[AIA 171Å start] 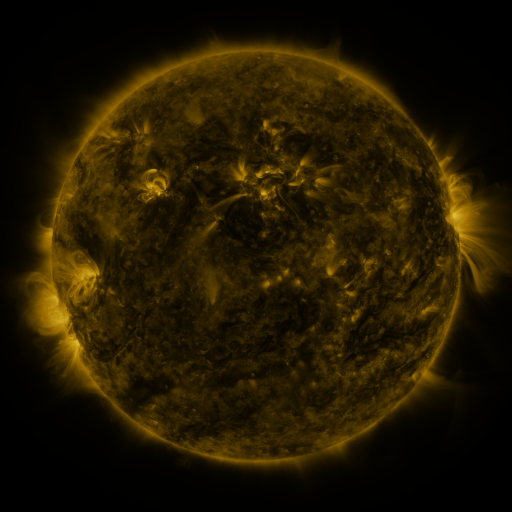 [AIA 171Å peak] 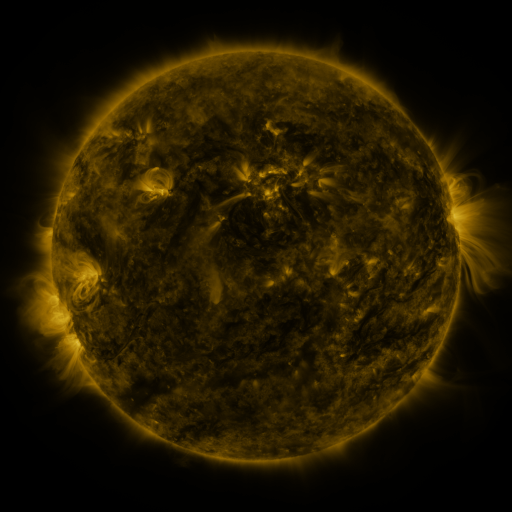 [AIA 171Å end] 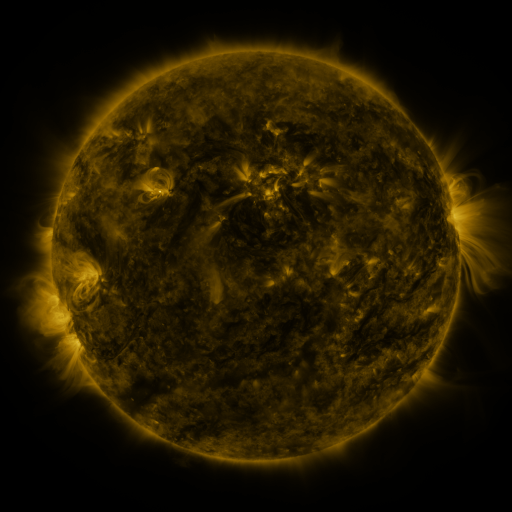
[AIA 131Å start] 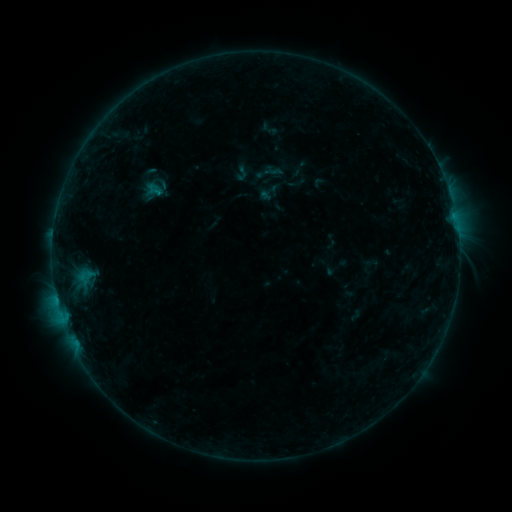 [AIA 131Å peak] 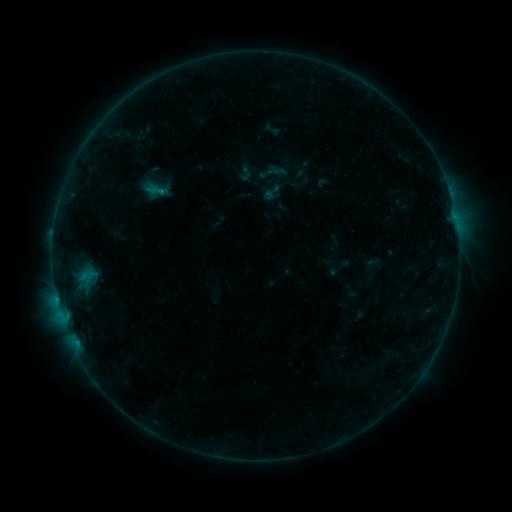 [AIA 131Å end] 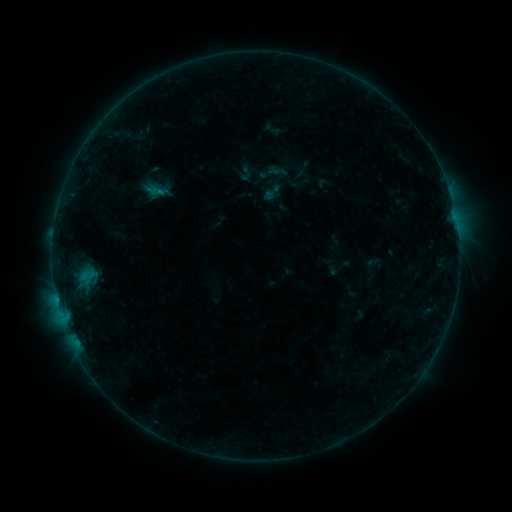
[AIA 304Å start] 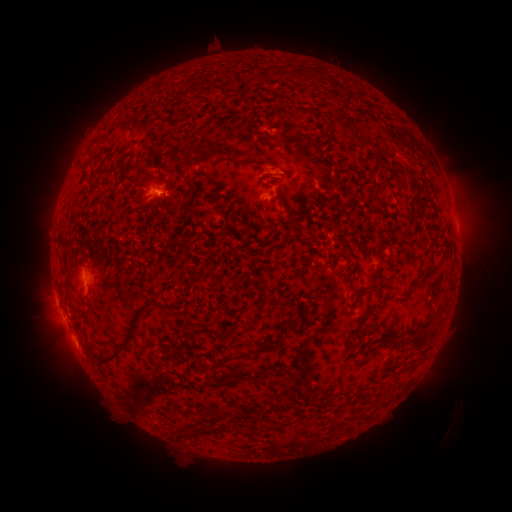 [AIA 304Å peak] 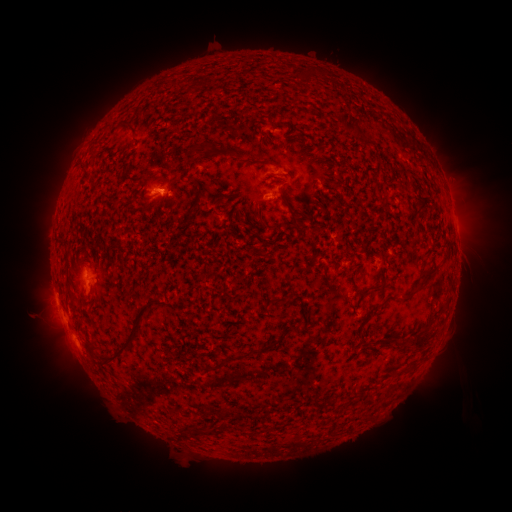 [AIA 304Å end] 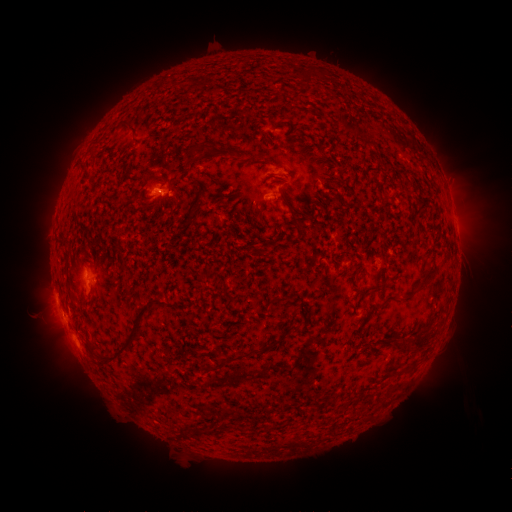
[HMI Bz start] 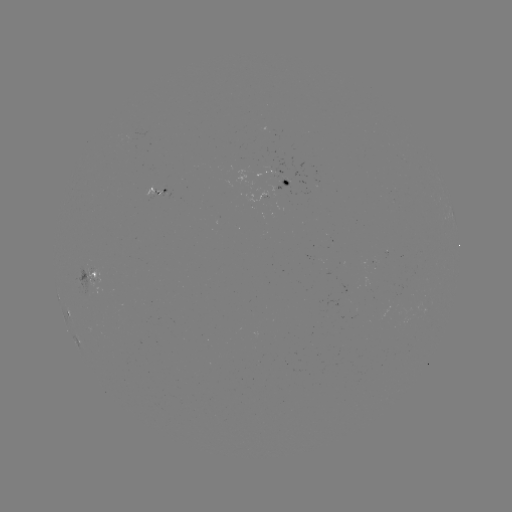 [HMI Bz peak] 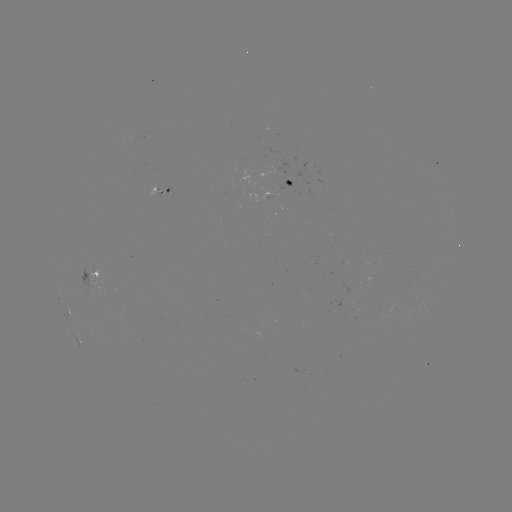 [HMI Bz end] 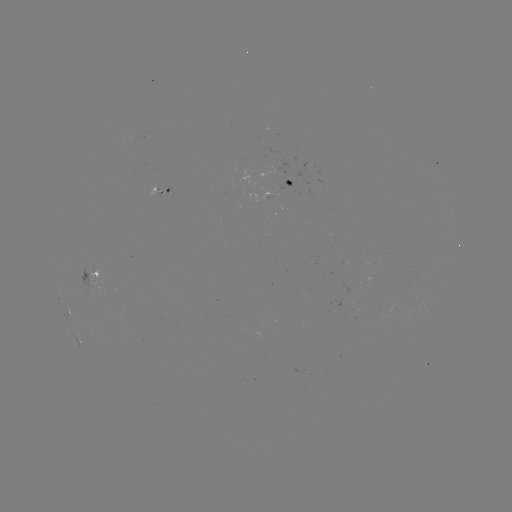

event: emerging-flux region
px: (155, 194)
